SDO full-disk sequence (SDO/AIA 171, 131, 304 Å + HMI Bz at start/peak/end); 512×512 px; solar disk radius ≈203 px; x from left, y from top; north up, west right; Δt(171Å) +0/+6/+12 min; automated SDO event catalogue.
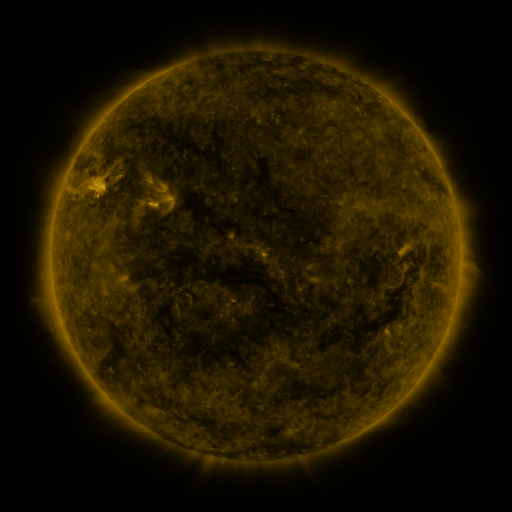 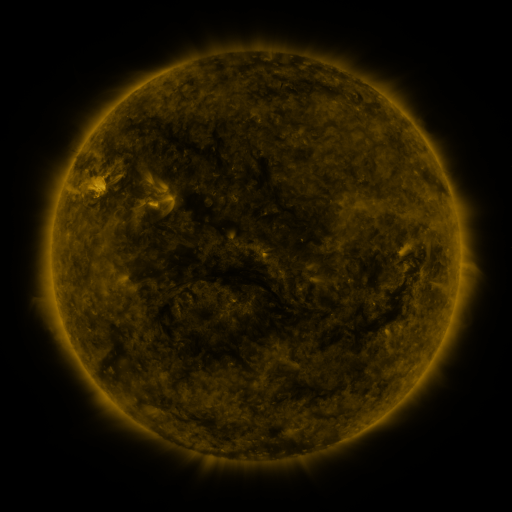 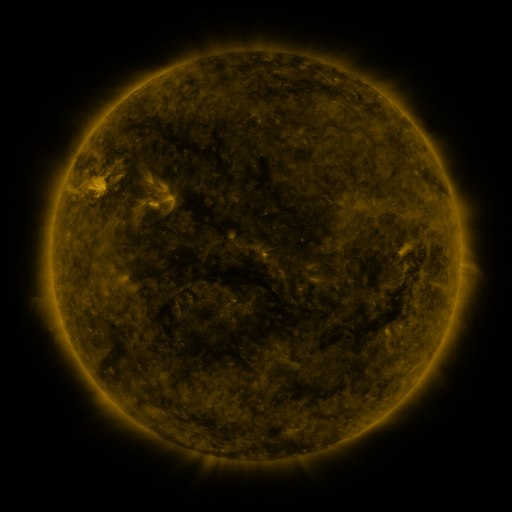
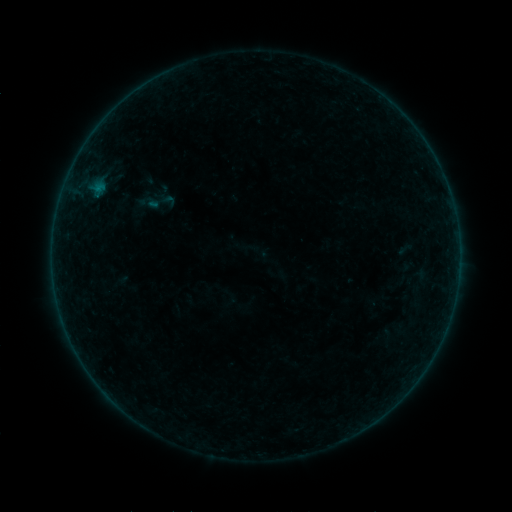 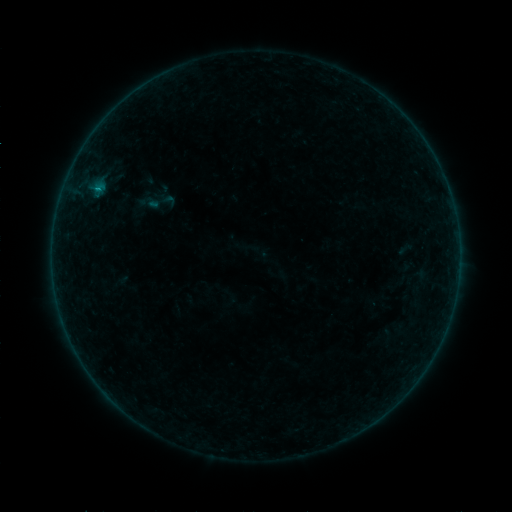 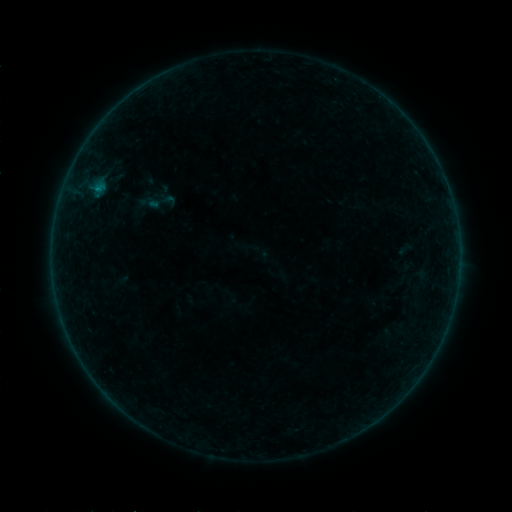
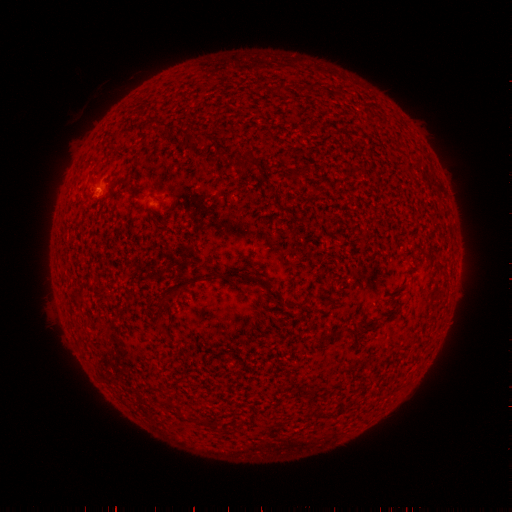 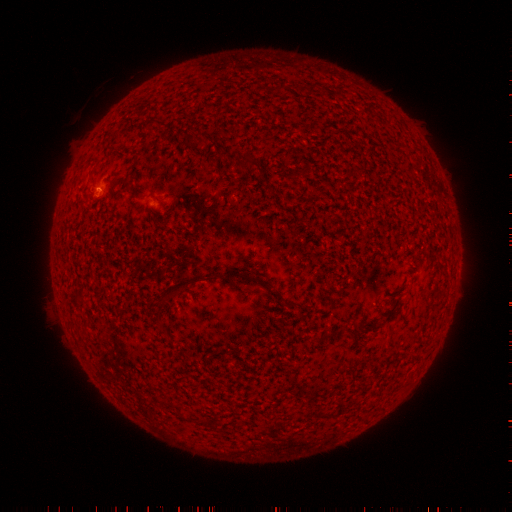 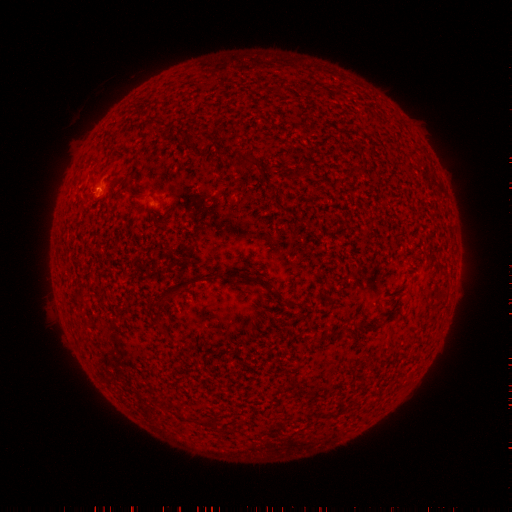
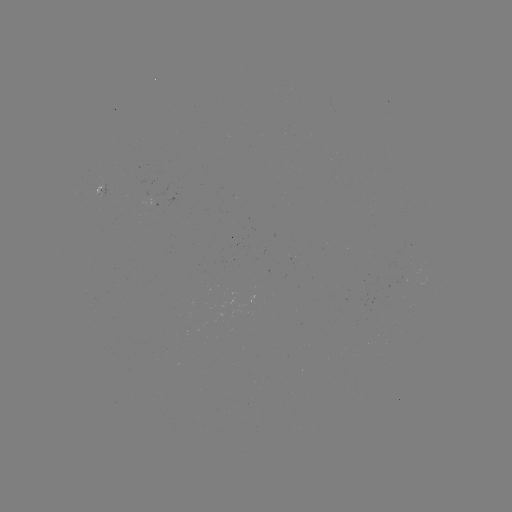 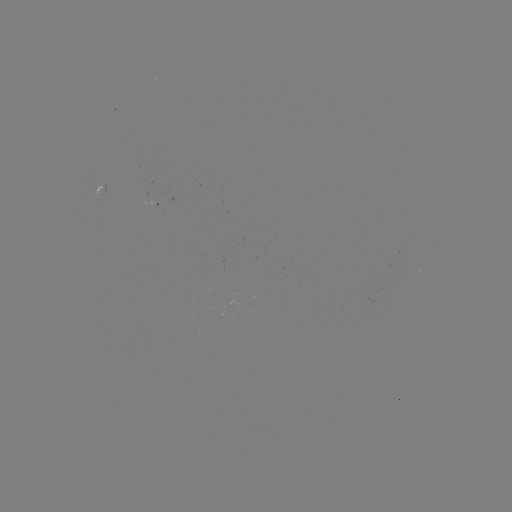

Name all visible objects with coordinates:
B1.6 flare: (98, 193)
